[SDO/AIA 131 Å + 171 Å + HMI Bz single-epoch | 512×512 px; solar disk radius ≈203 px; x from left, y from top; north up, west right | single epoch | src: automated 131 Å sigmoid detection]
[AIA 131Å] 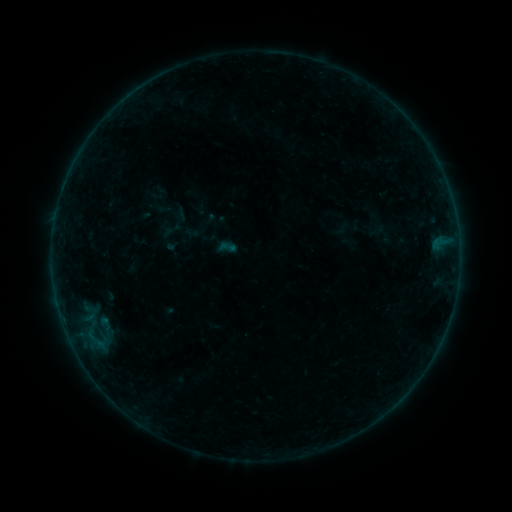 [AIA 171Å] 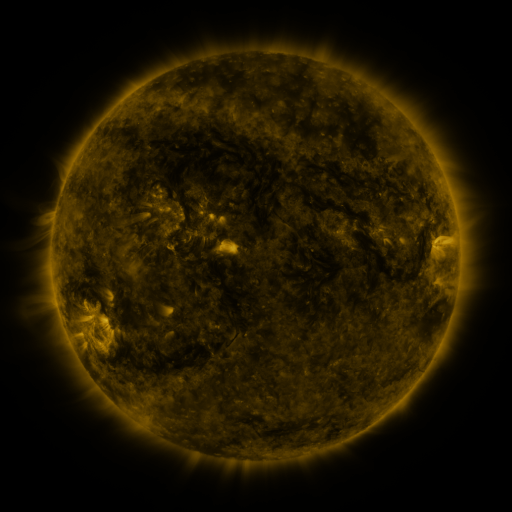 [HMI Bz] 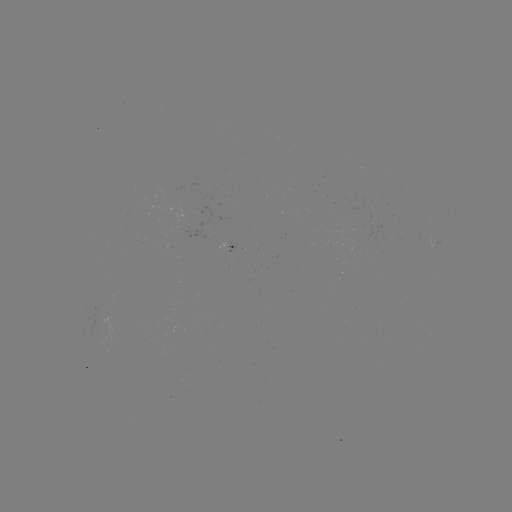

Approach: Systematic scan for sigmoid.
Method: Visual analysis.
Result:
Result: sigmoid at [227, 247].